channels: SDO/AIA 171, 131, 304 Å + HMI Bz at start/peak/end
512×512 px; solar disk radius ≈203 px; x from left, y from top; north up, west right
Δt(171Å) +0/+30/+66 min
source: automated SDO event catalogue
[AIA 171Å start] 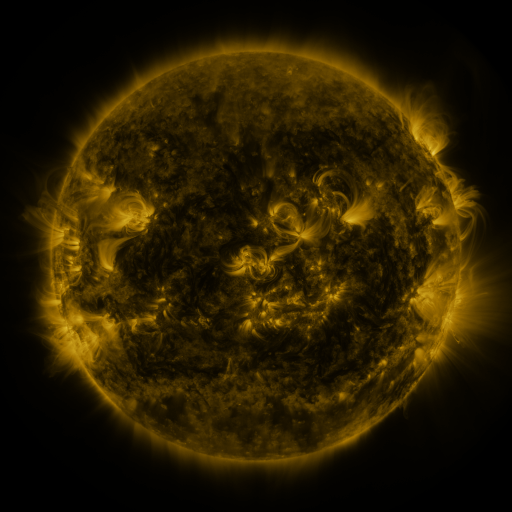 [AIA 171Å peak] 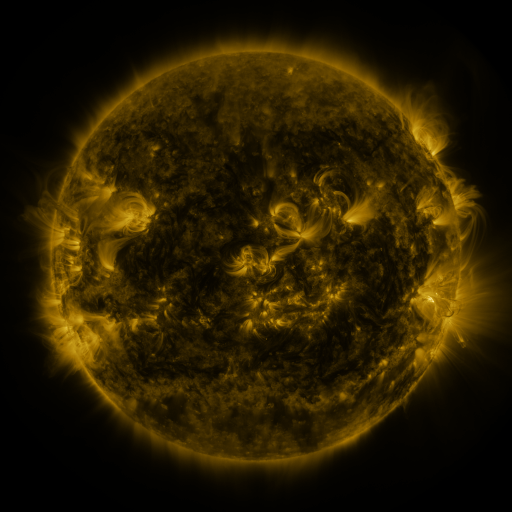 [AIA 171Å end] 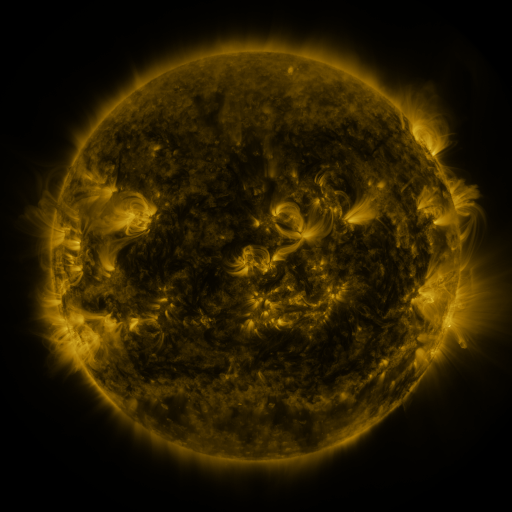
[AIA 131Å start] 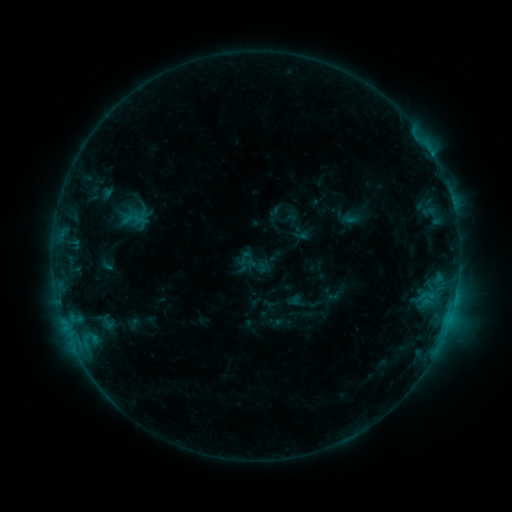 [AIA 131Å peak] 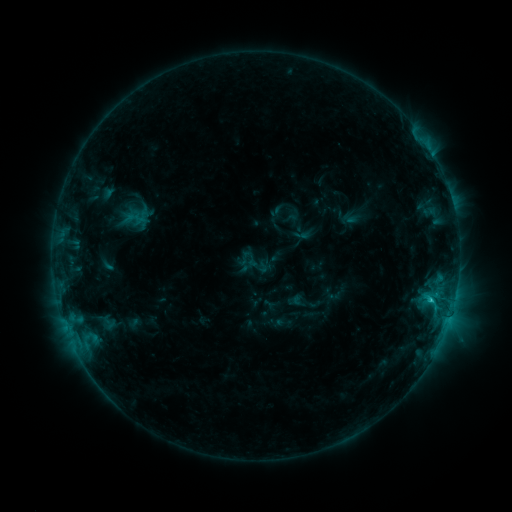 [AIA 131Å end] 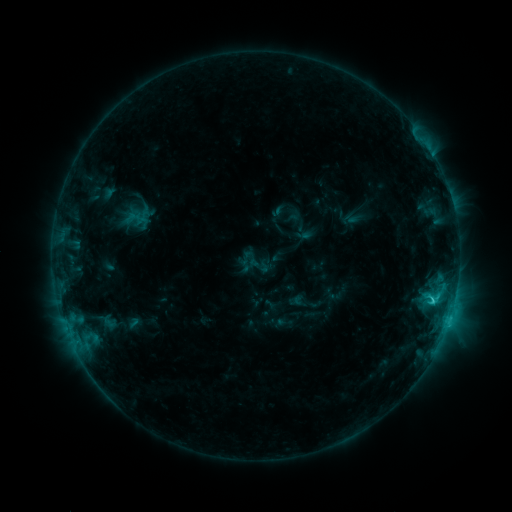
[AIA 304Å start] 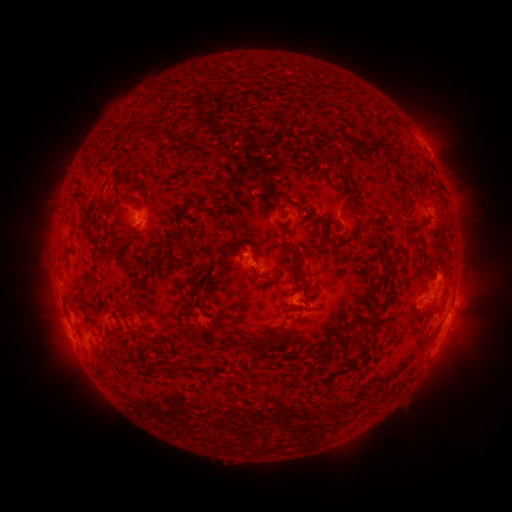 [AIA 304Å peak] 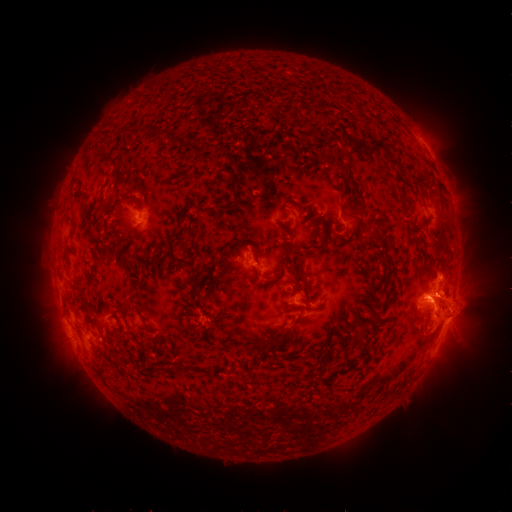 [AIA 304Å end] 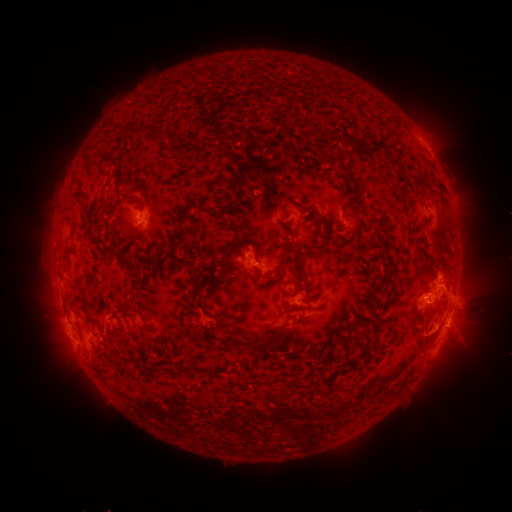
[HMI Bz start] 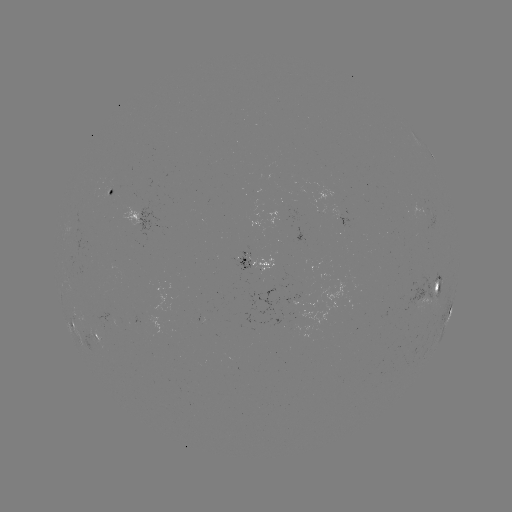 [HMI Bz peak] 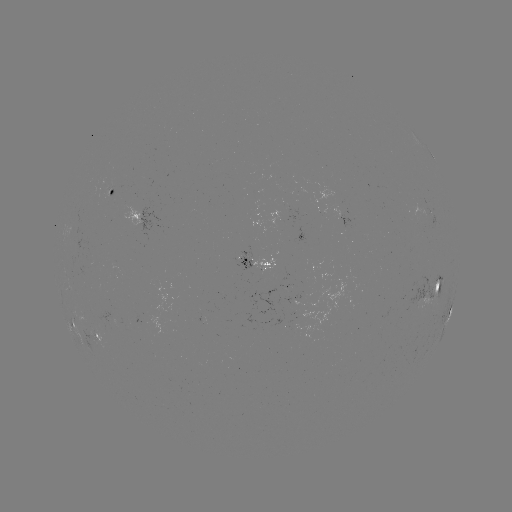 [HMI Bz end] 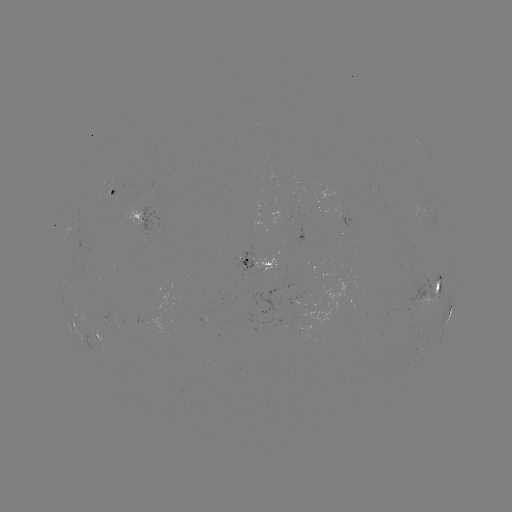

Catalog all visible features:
filament eruption: (448, 307)
